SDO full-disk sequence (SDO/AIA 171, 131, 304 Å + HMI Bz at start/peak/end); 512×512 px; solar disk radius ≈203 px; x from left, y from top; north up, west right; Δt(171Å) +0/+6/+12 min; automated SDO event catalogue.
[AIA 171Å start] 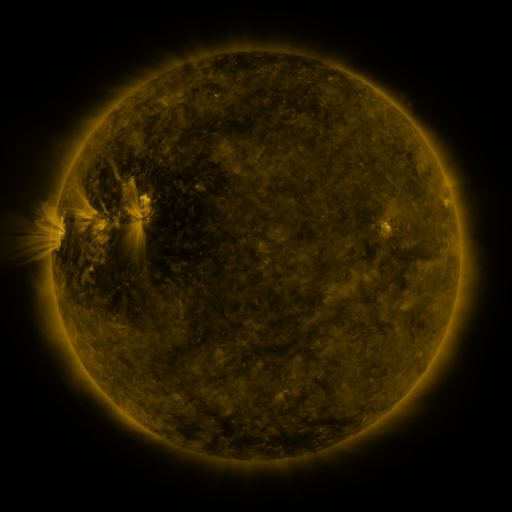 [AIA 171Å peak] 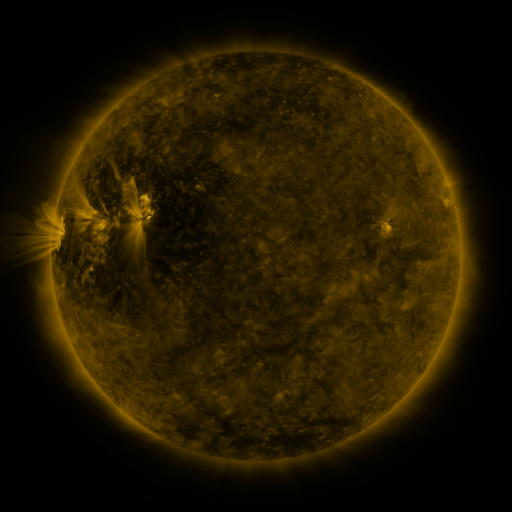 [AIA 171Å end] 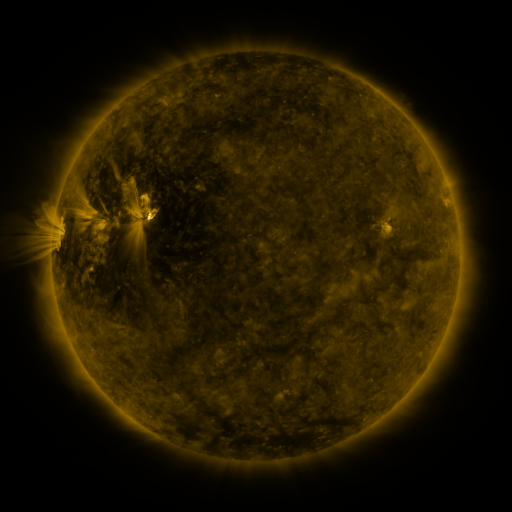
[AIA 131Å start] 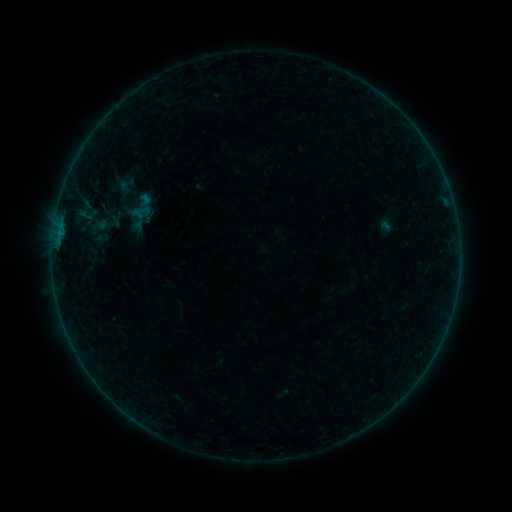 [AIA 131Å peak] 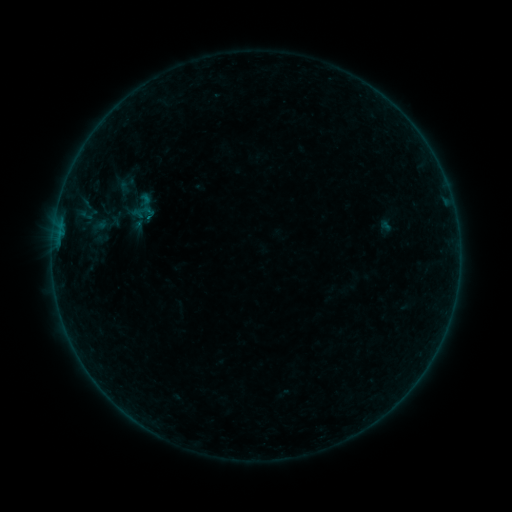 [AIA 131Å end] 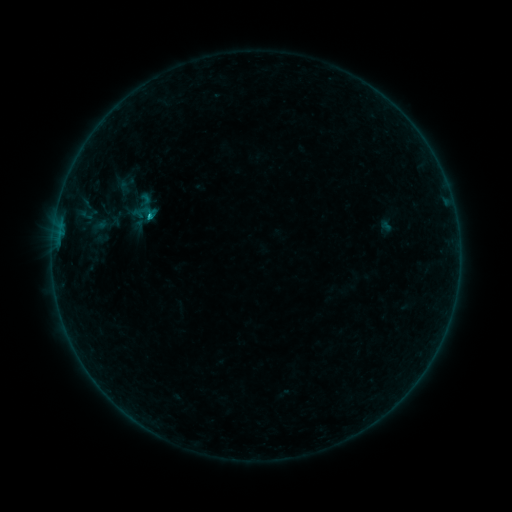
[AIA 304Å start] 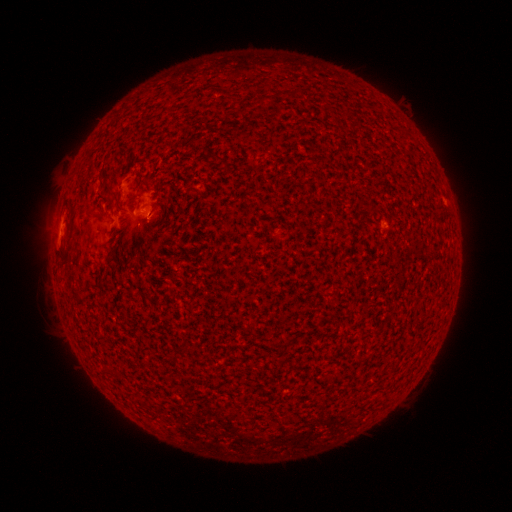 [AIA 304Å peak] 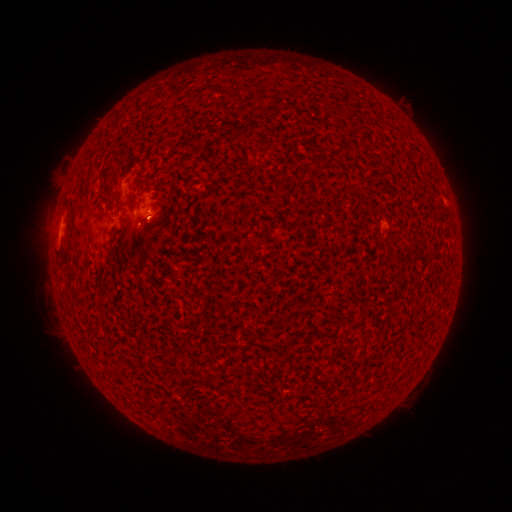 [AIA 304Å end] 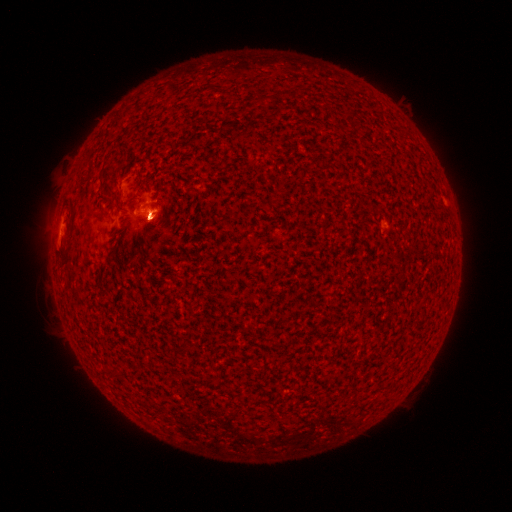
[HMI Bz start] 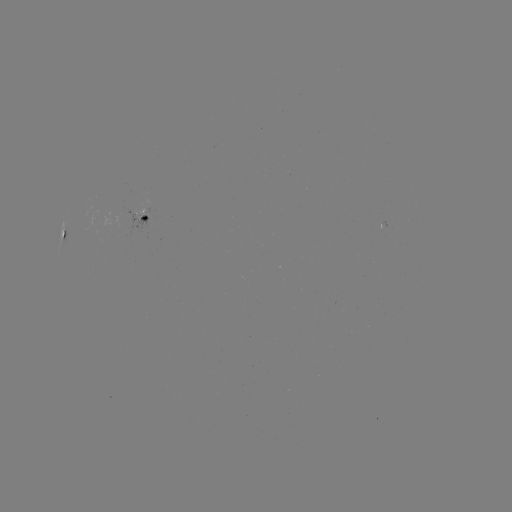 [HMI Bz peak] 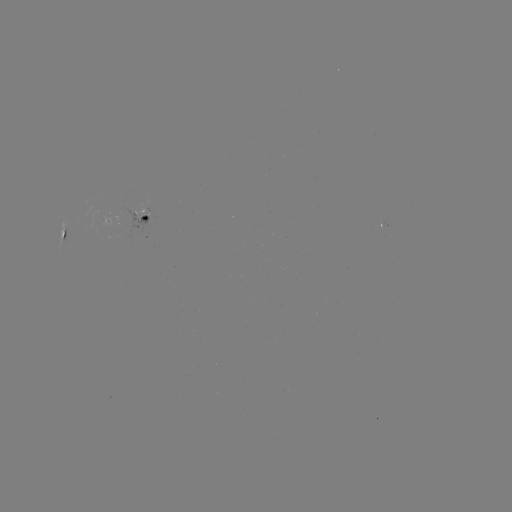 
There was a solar flare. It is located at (151, 220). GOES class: B3.2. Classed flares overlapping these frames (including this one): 1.